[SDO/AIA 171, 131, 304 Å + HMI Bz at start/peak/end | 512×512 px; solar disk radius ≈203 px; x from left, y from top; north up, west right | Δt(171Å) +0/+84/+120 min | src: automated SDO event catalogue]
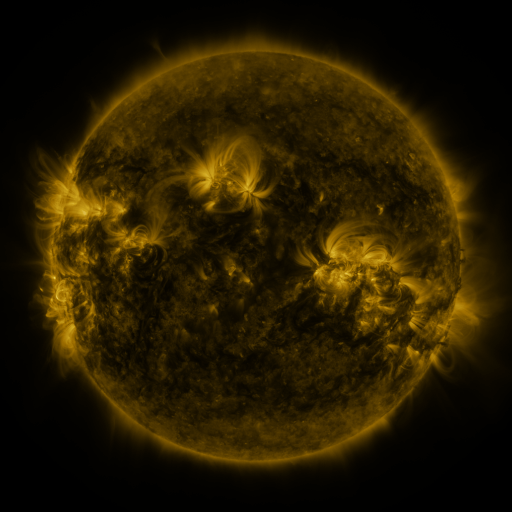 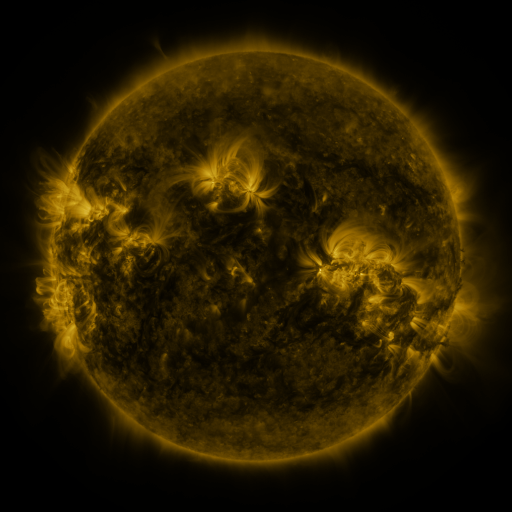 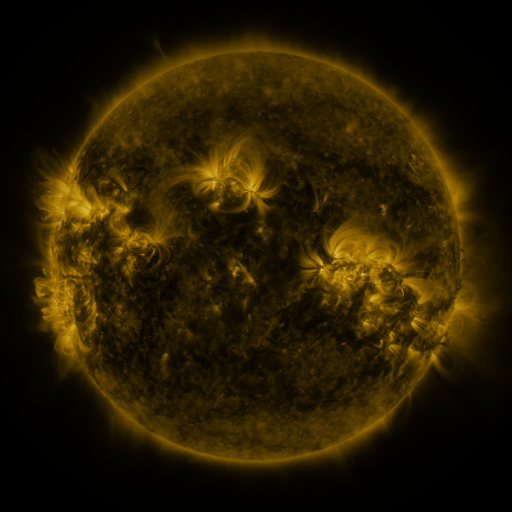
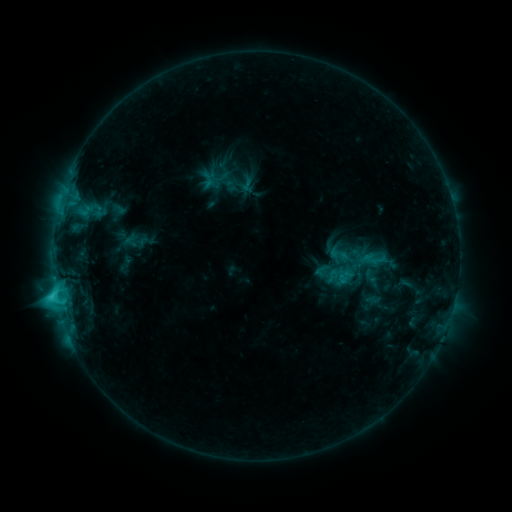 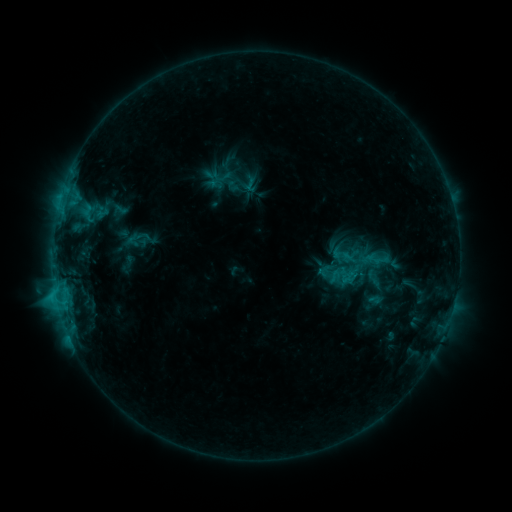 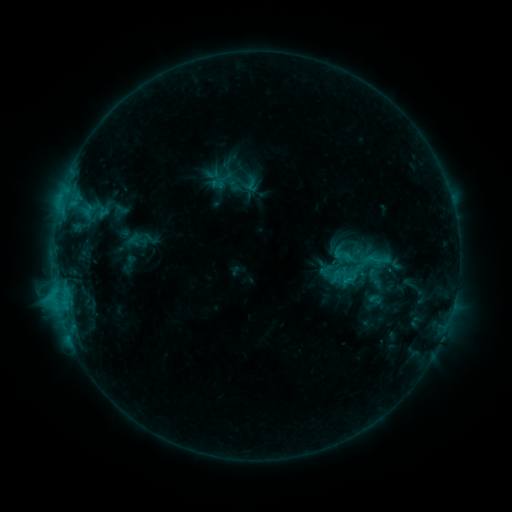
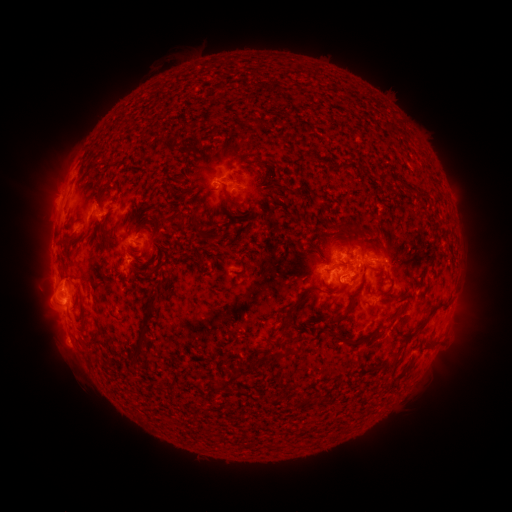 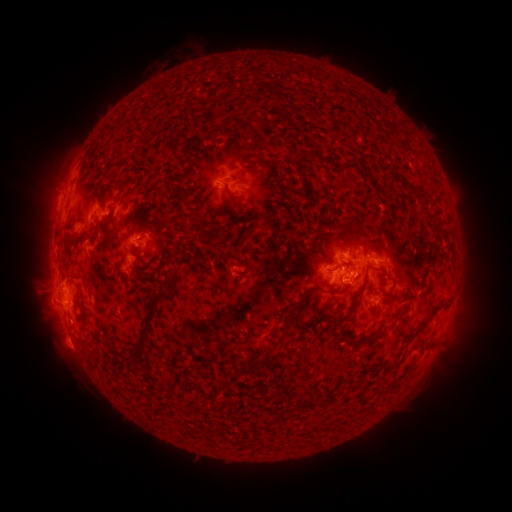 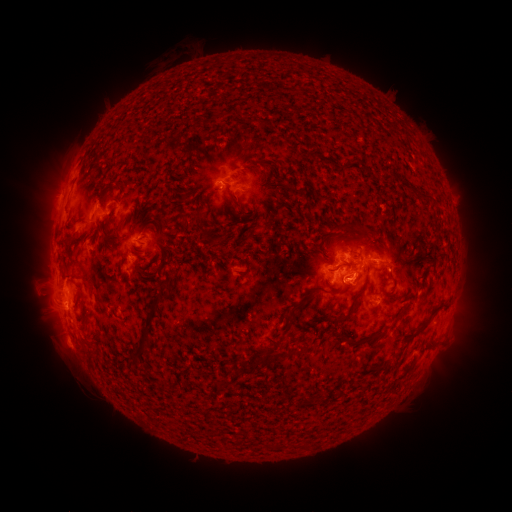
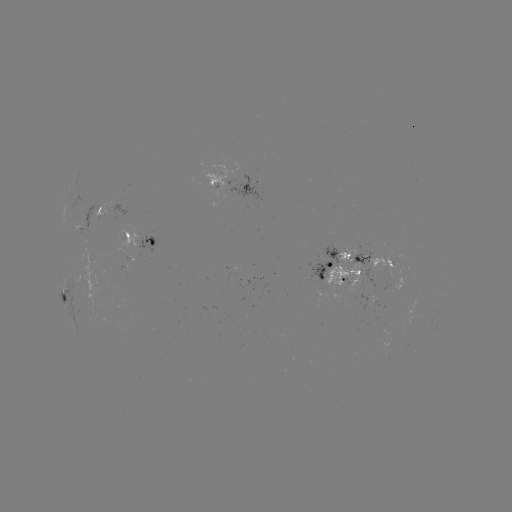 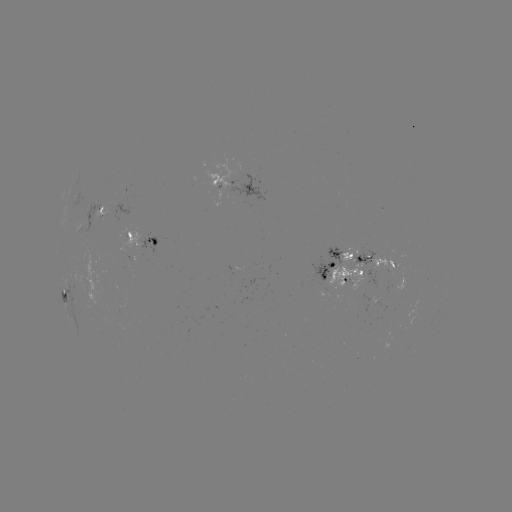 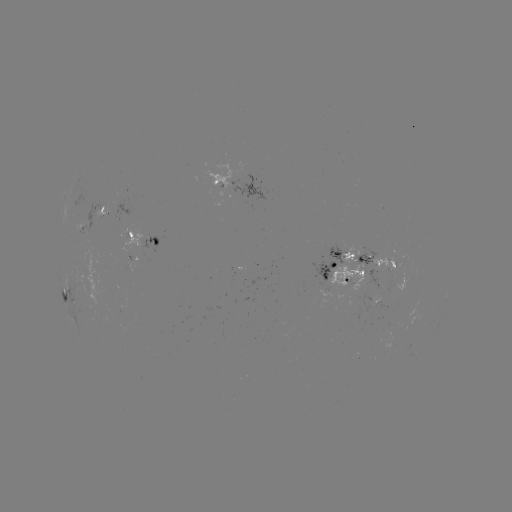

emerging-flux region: (352, 248, 372, 268)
